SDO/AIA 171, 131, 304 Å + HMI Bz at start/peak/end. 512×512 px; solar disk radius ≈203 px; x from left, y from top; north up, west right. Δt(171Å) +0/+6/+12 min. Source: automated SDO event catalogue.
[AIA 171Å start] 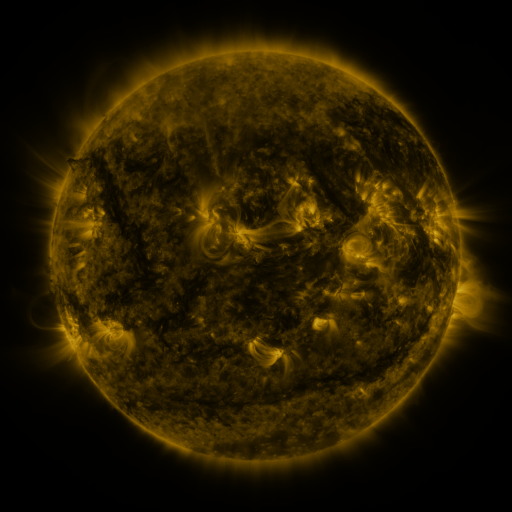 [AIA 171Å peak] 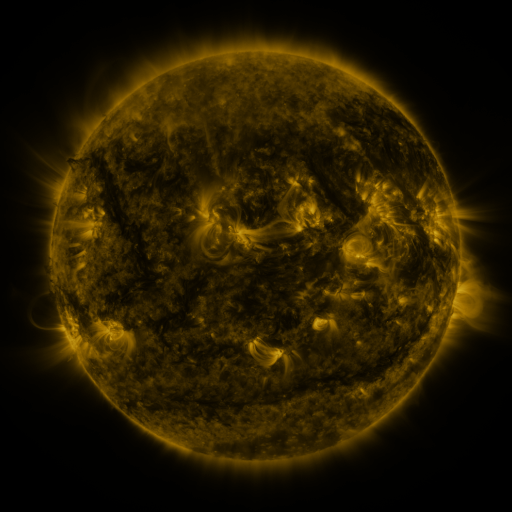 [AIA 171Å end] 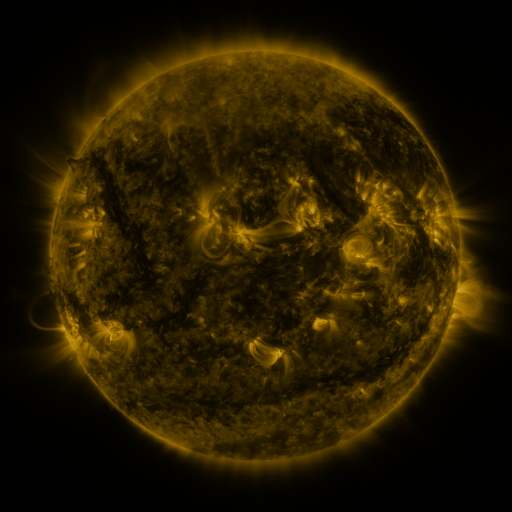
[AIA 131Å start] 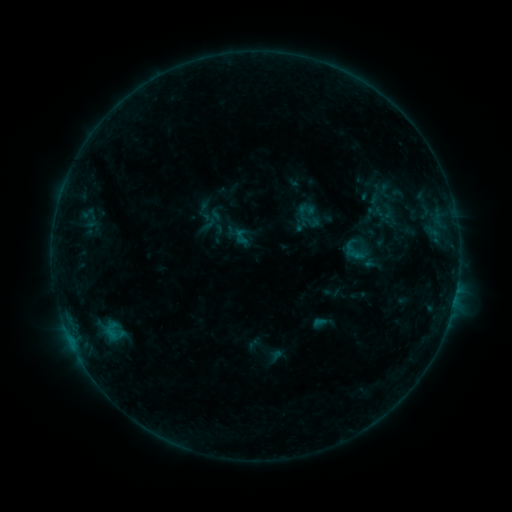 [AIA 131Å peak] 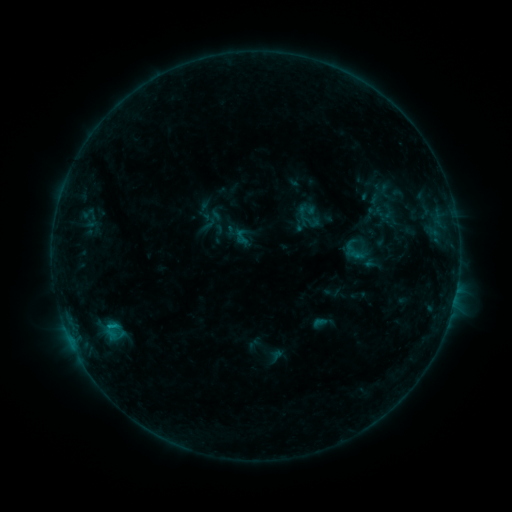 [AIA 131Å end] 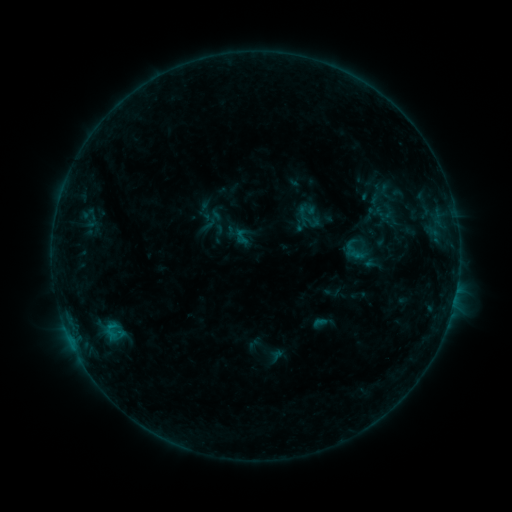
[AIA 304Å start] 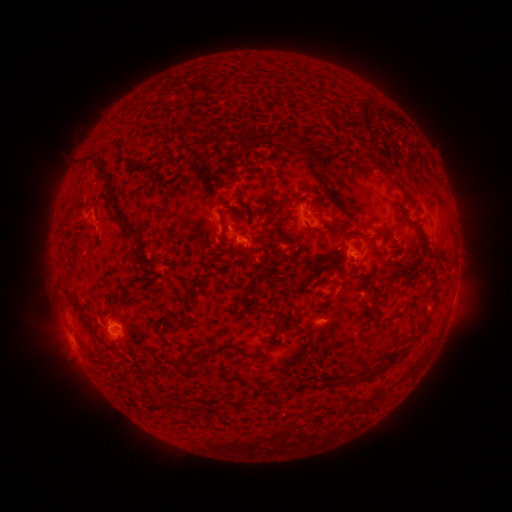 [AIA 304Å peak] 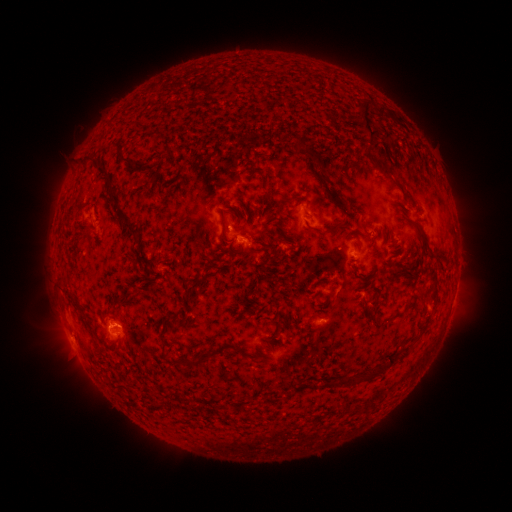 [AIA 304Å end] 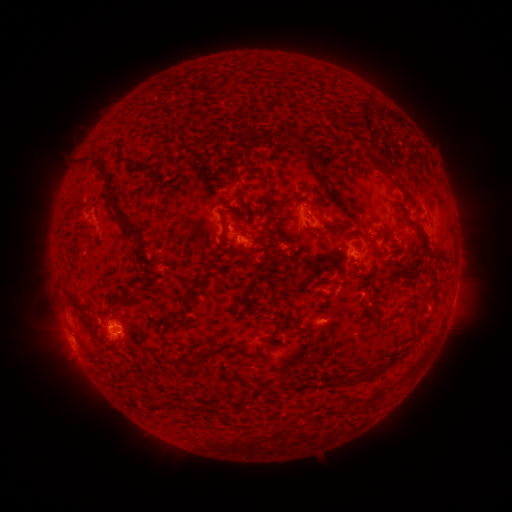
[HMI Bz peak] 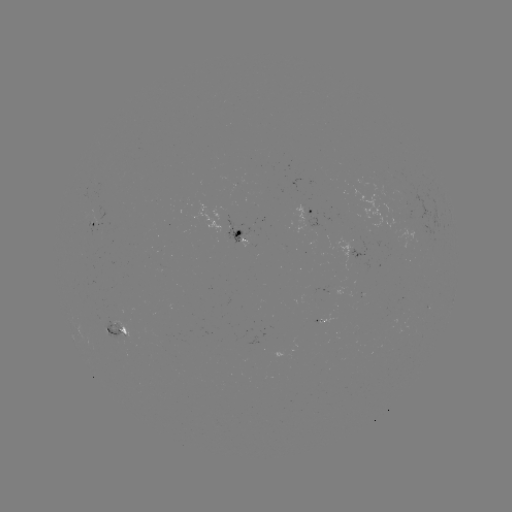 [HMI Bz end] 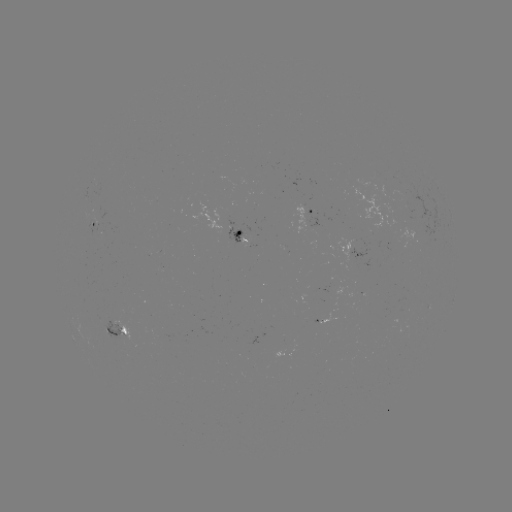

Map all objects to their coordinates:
B4.4 flare: (114, 322)
